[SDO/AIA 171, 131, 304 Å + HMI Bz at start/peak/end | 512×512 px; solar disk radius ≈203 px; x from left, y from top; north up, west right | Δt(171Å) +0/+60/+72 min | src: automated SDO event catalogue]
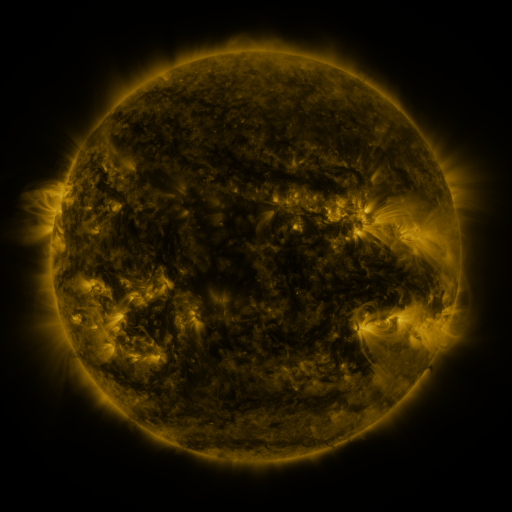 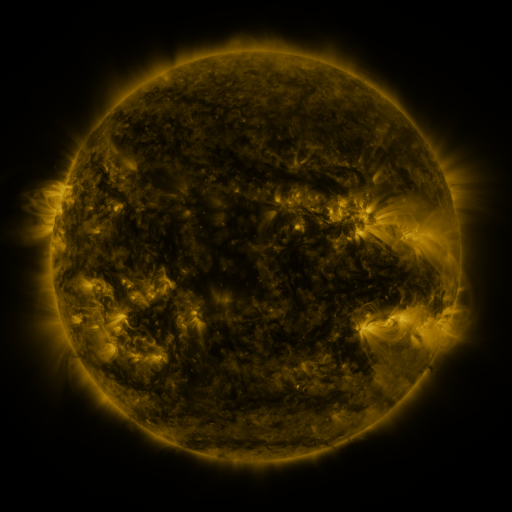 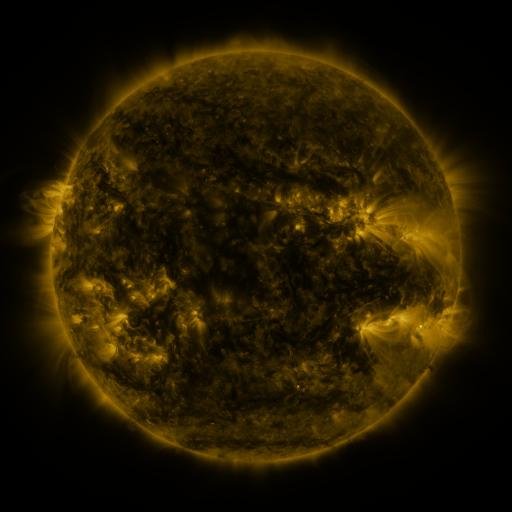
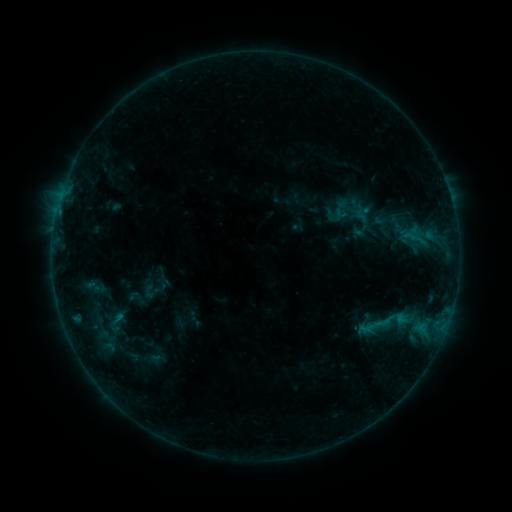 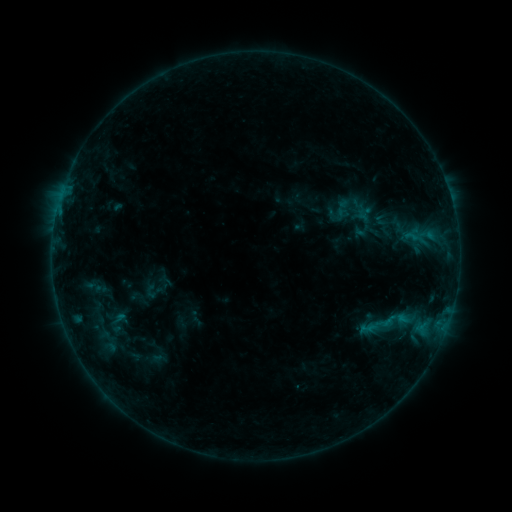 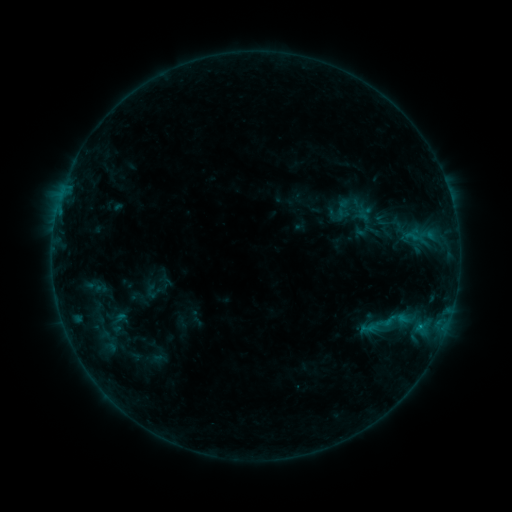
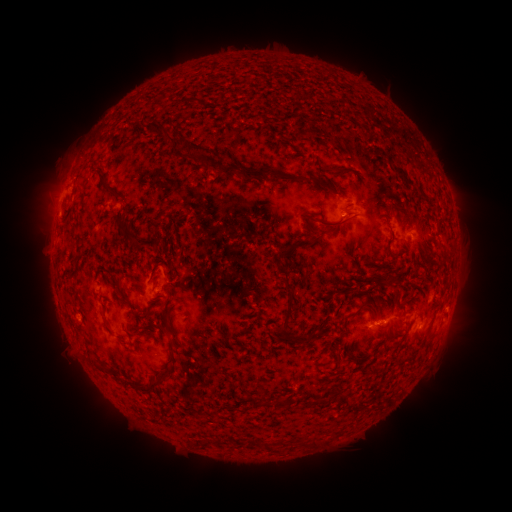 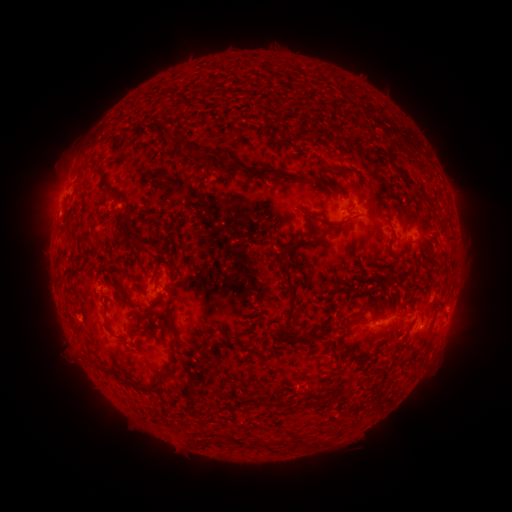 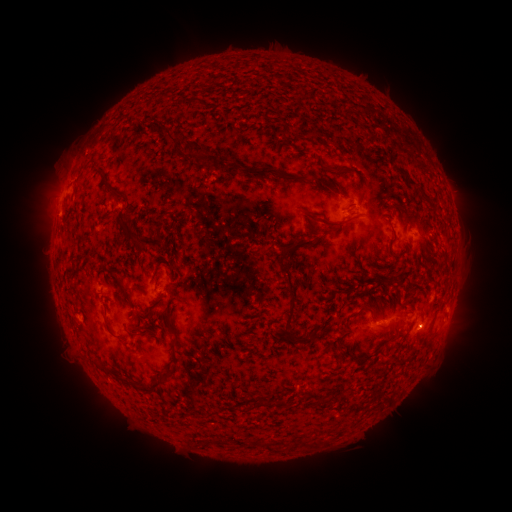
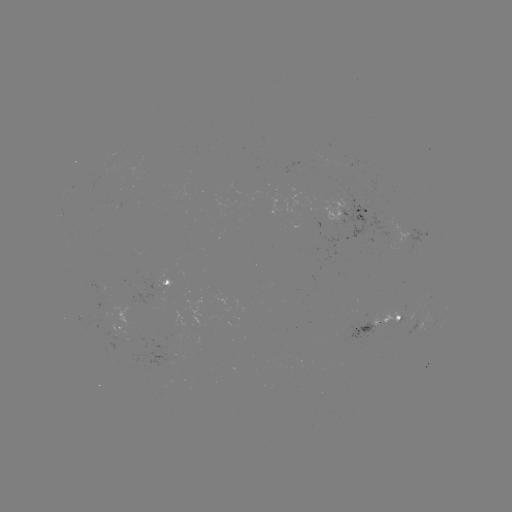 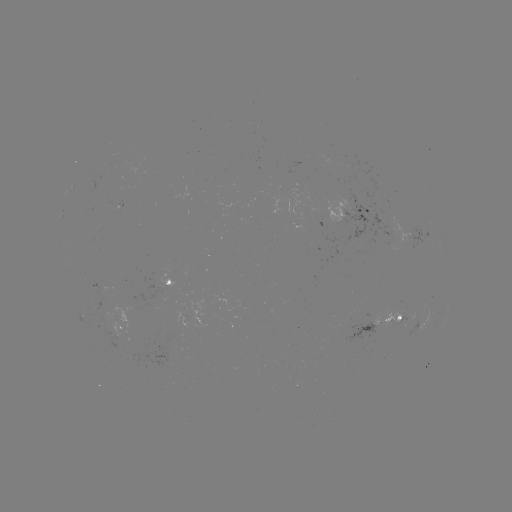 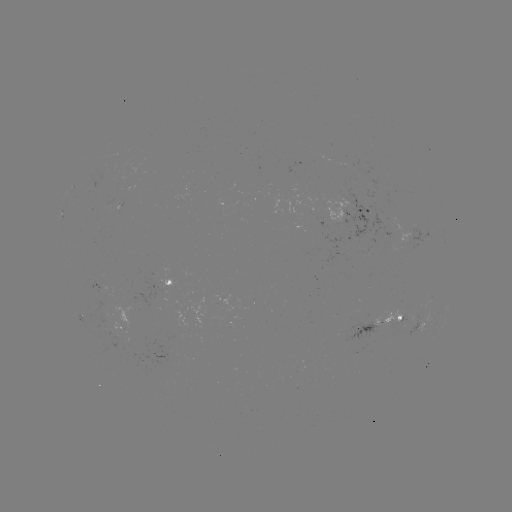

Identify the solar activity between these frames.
emerging-flux region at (387, 320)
